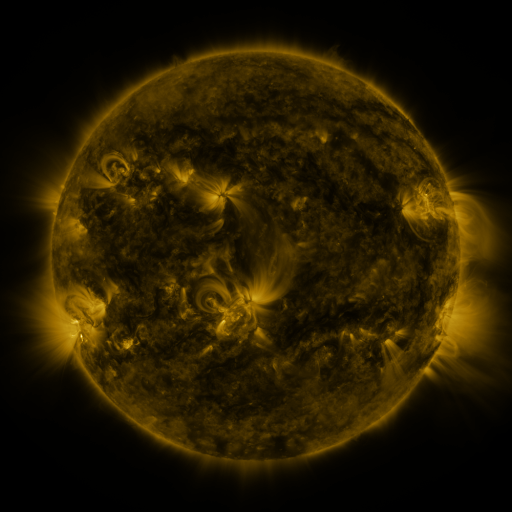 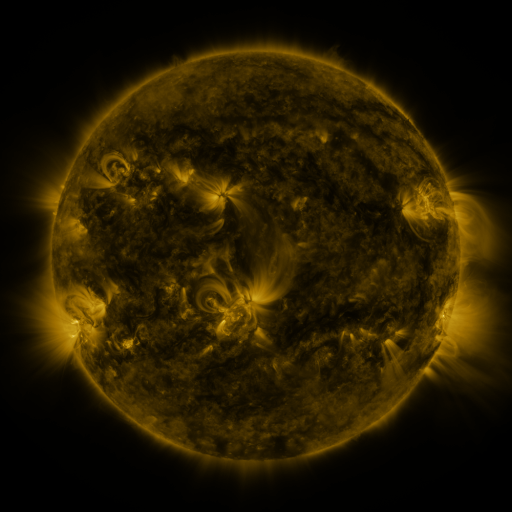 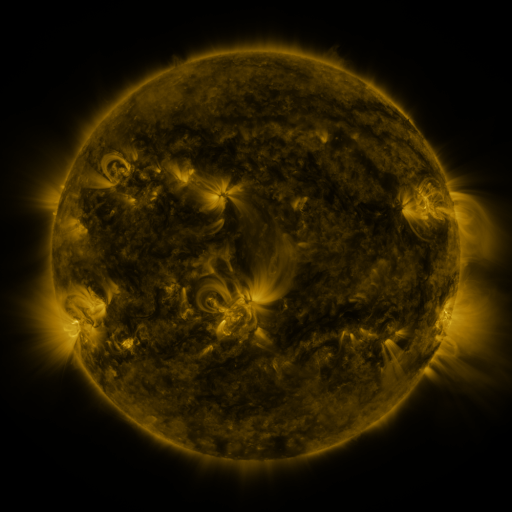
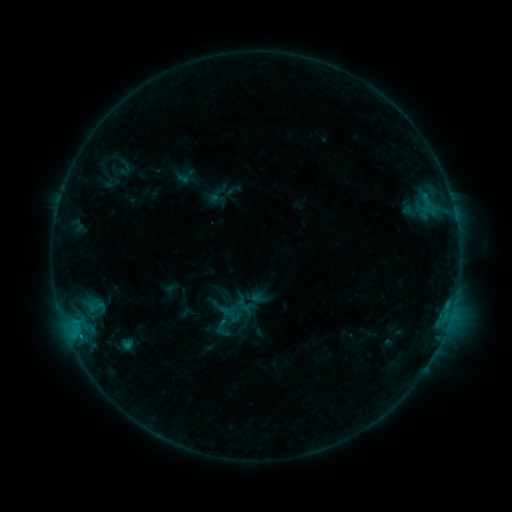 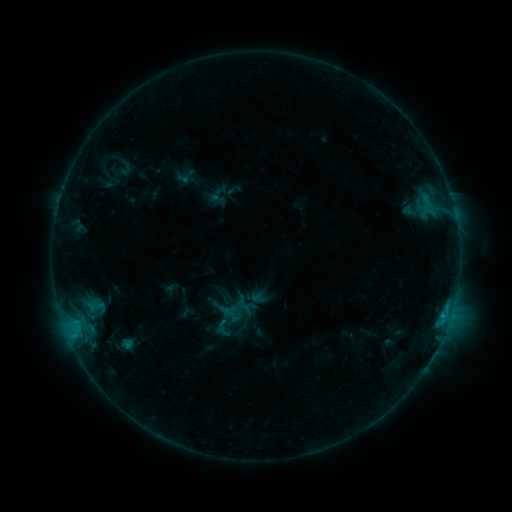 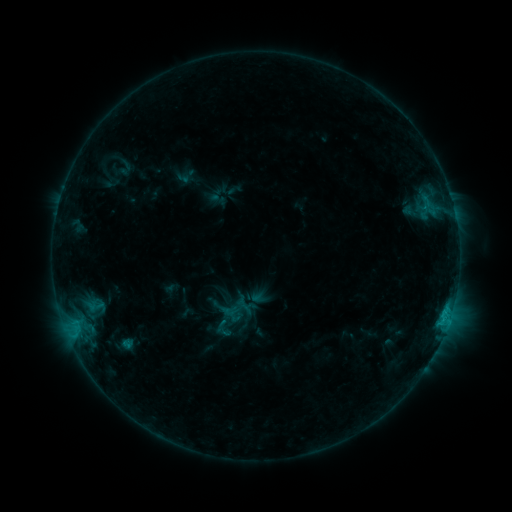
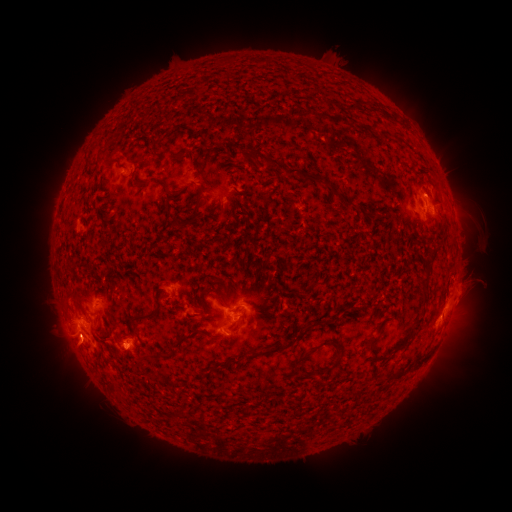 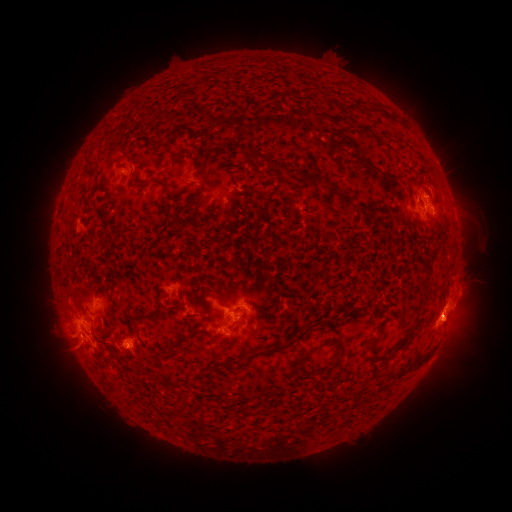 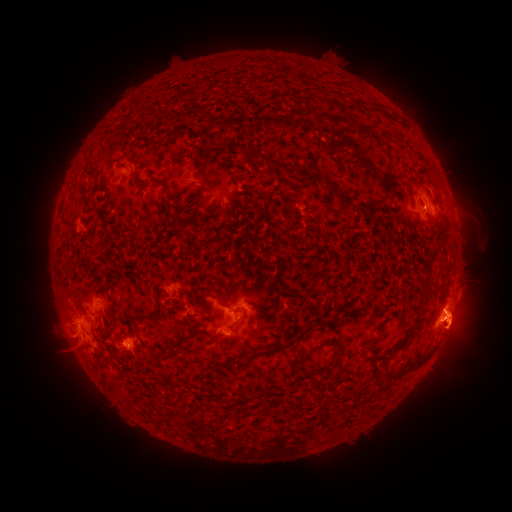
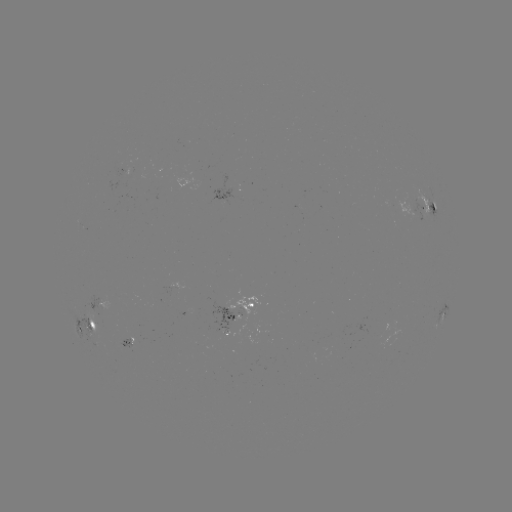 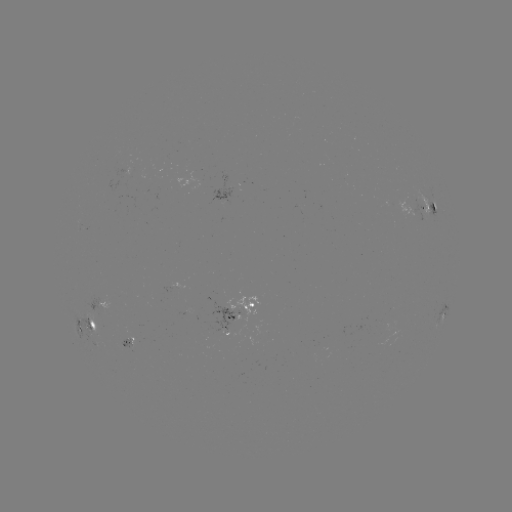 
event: flare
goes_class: C1.1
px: (443, 315)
